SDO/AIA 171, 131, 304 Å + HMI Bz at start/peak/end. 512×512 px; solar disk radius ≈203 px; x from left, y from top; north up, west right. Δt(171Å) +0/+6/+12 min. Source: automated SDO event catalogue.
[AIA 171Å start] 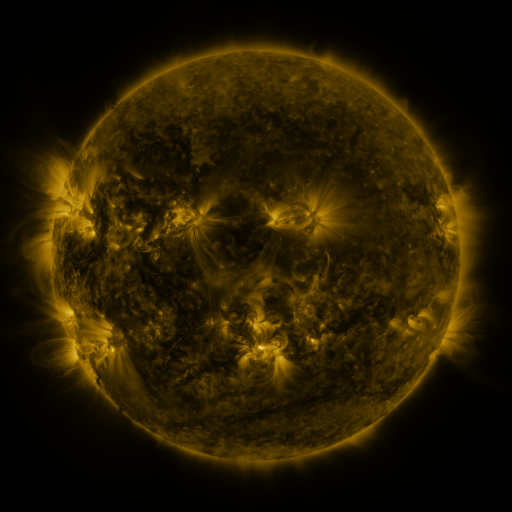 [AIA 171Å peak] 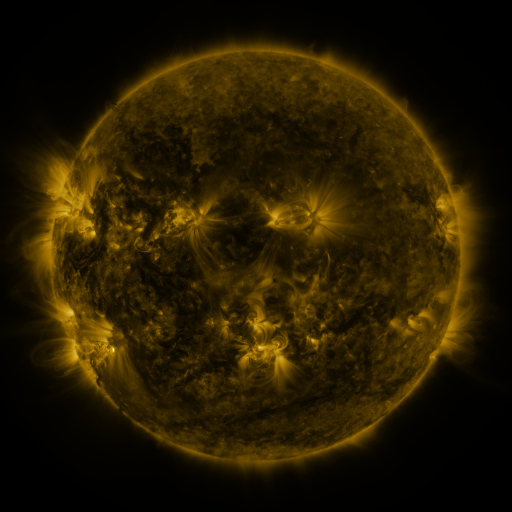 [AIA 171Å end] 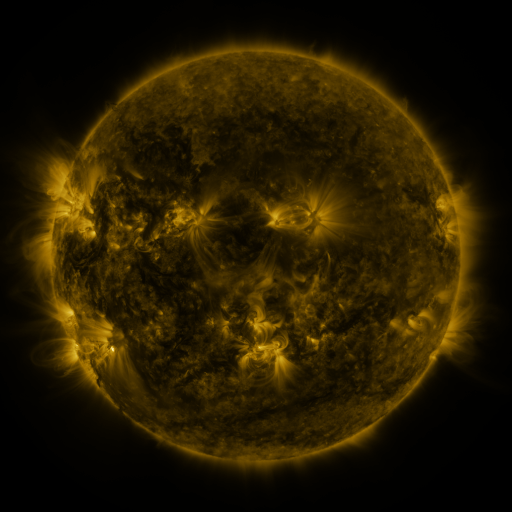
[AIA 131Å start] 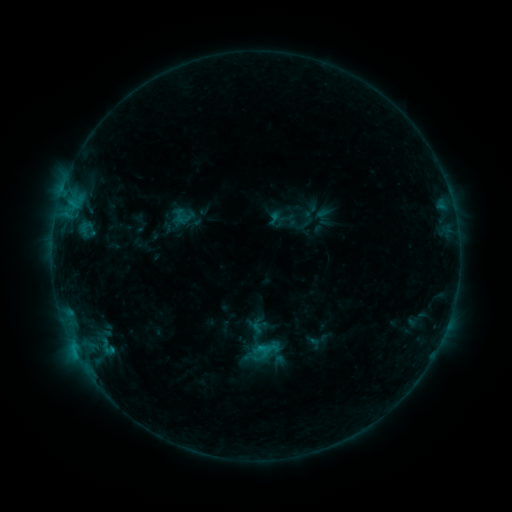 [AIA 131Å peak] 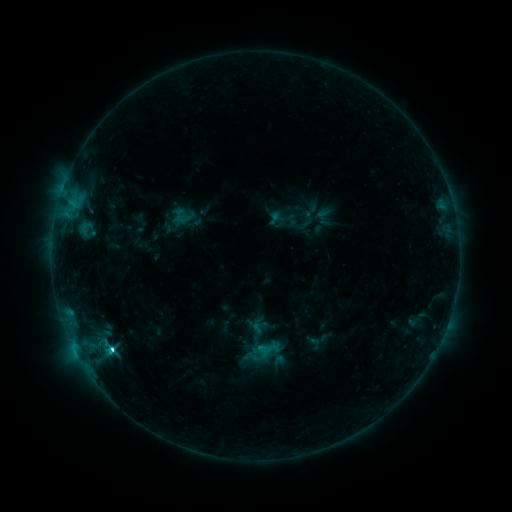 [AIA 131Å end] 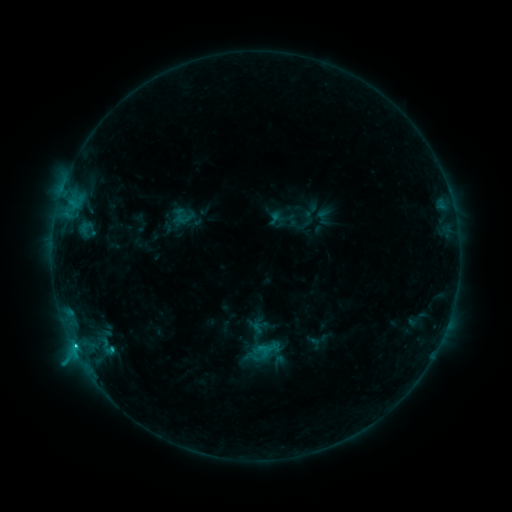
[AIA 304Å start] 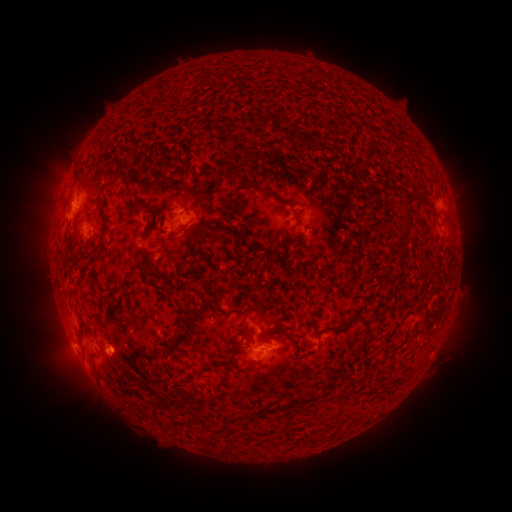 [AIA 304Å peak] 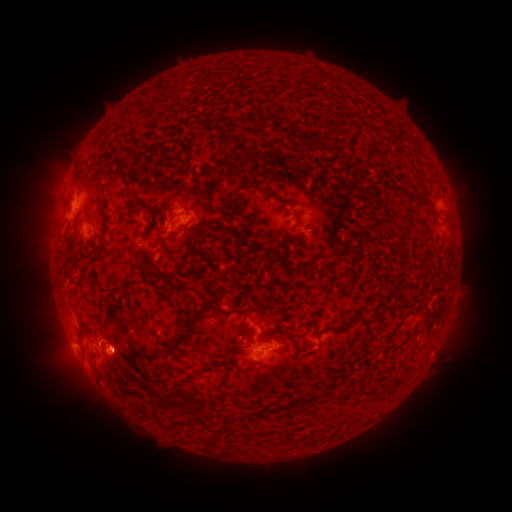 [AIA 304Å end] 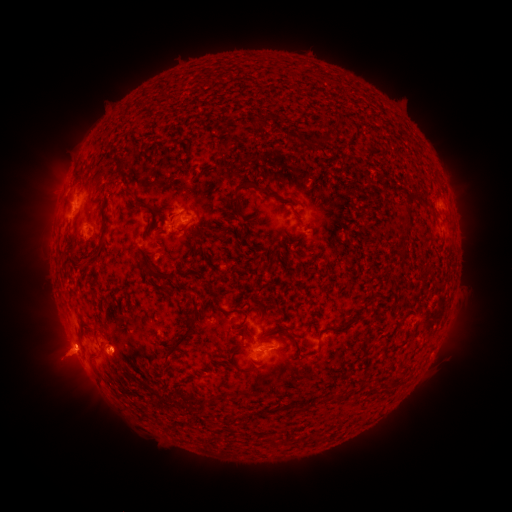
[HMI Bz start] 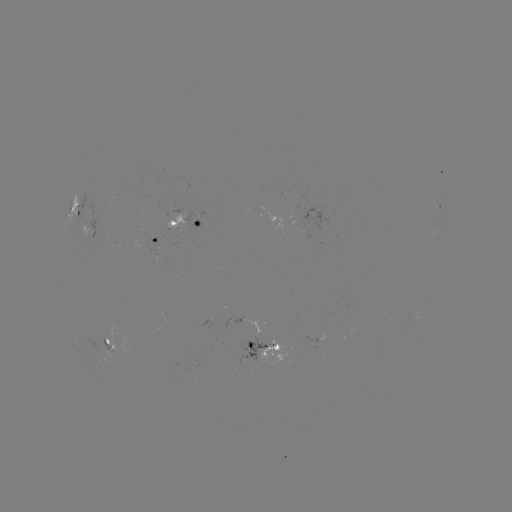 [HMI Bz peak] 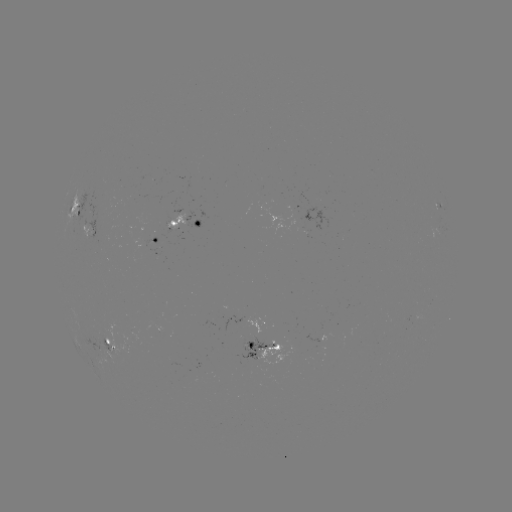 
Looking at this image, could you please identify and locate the C2.9 flare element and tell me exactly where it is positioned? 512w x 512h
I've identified C2.9 flare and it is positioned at (112, 348).